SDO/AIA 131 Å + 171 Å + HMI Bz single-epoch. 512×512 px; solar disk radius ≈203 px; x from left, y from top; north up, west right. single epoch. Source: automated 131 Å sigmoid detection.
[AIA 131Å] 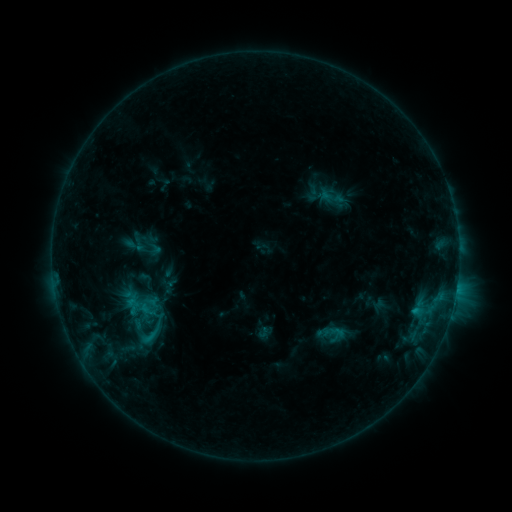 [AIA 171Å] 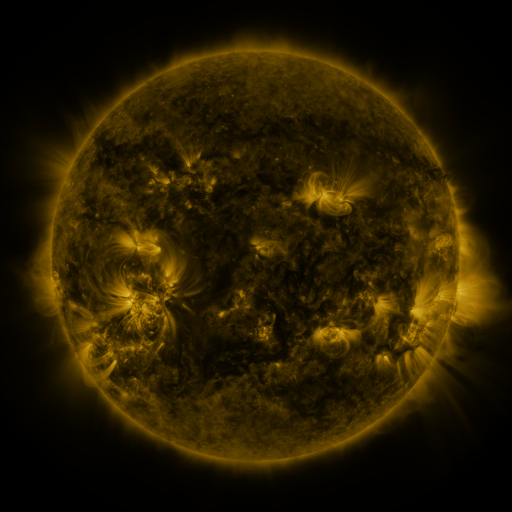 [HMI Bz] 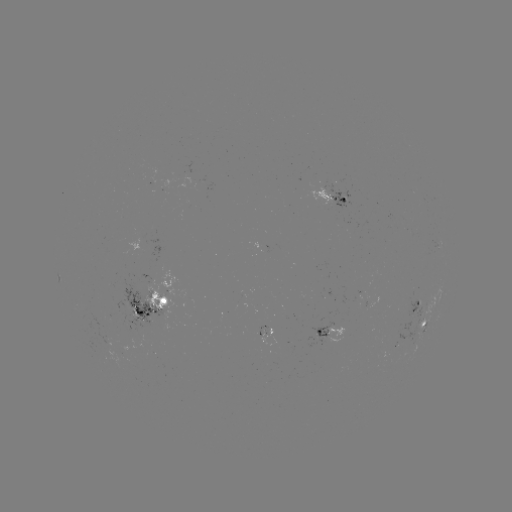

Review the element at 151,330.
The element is sigmoid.